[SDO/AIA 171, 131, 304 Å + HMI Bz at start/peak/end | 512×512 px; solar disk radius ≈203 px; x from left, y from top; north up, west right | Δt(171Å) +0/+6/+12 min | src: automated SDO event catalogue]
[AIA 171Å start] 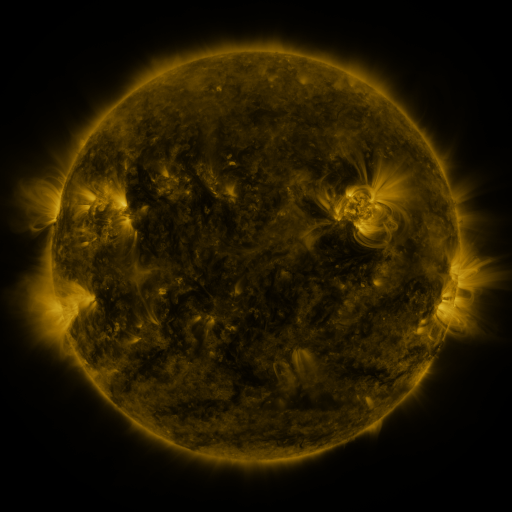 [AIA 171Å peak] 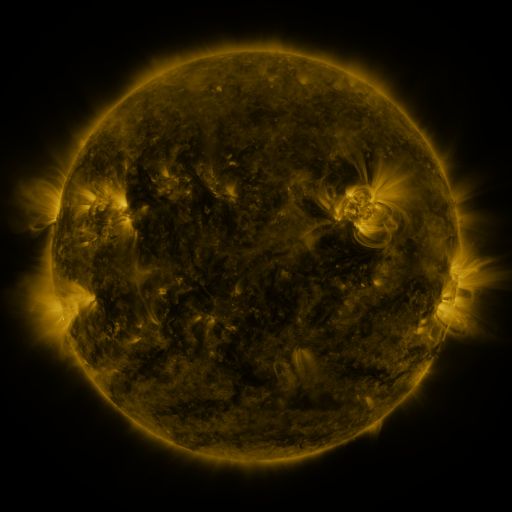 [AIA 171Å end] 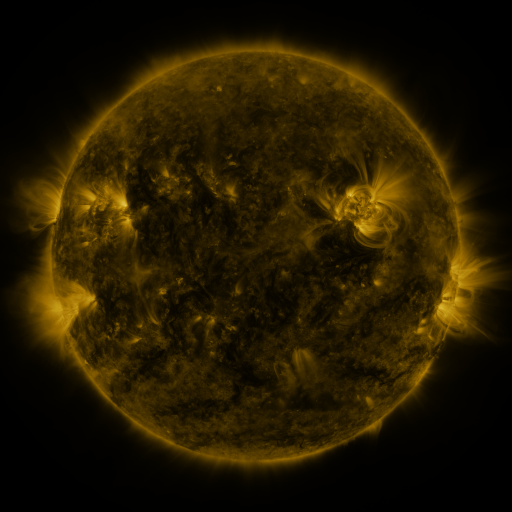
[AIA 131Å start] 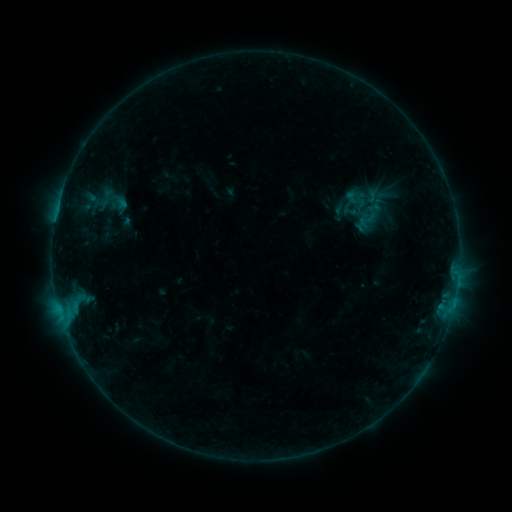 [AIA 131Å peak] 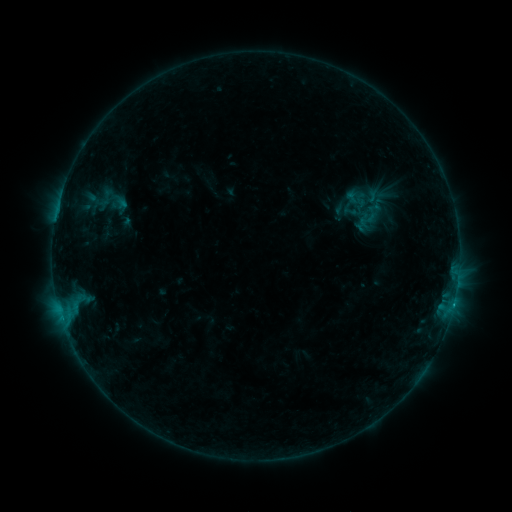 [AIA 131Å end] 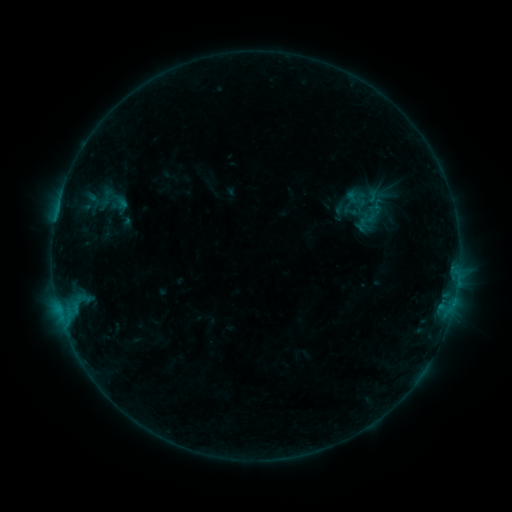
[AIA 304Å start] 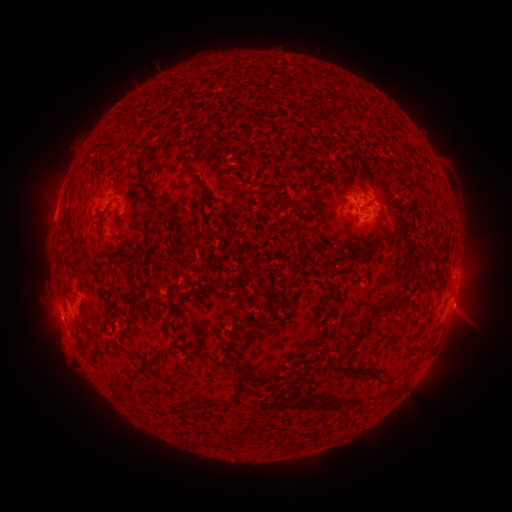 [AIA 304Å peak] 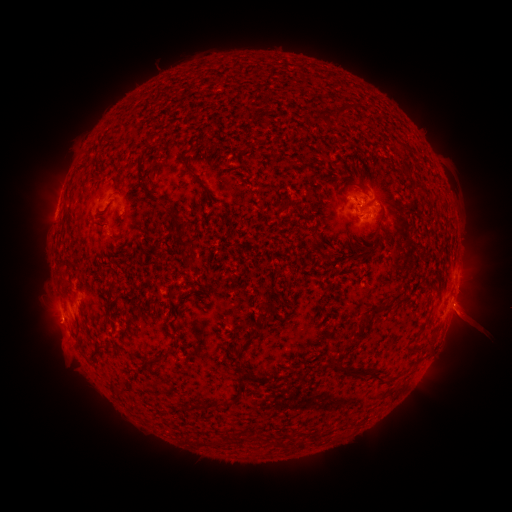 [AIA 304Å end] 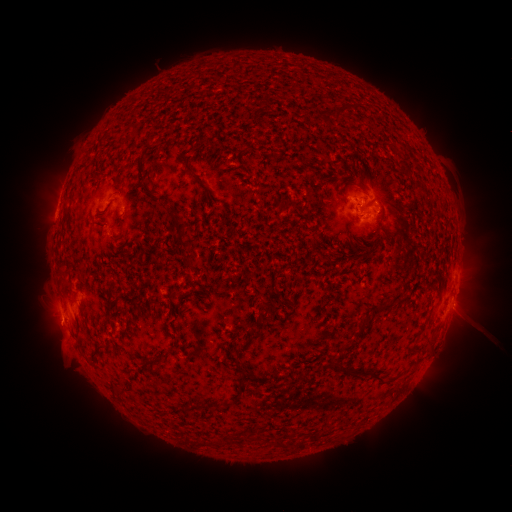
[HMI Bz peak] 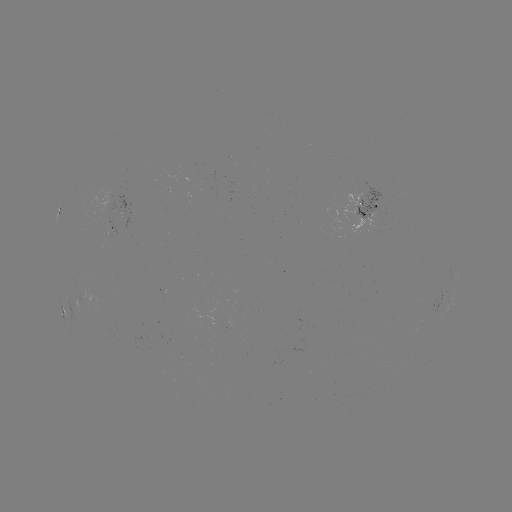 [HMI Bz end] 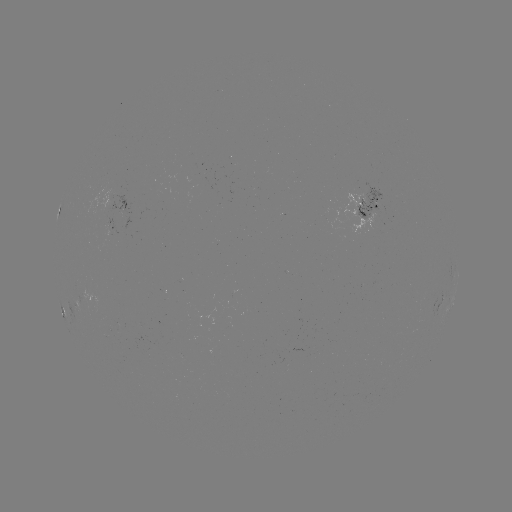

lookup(B4.4 flare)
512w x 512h (59, 308)